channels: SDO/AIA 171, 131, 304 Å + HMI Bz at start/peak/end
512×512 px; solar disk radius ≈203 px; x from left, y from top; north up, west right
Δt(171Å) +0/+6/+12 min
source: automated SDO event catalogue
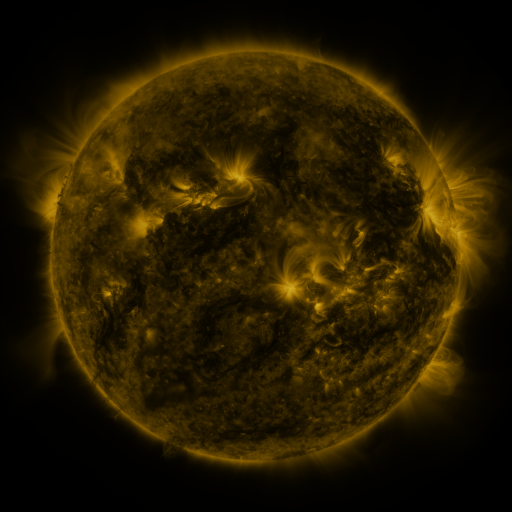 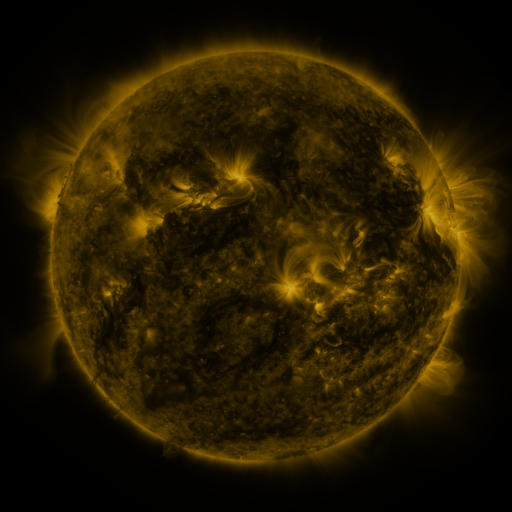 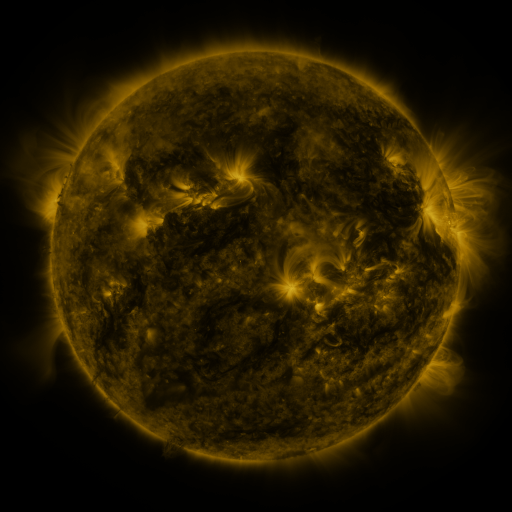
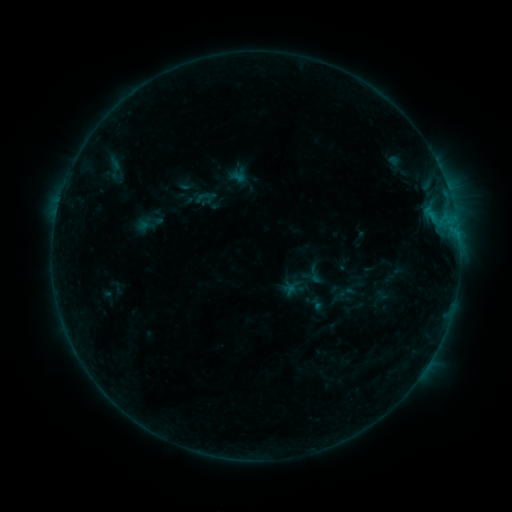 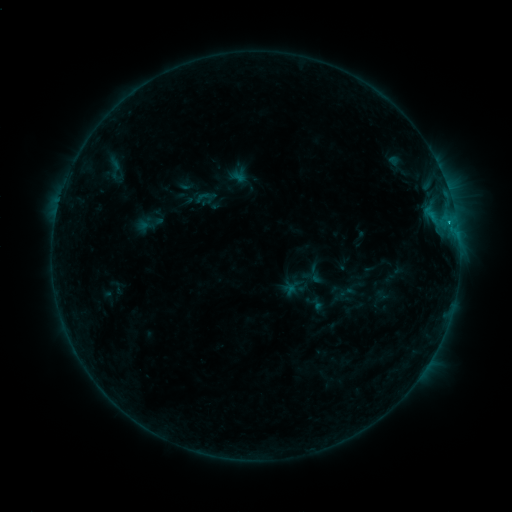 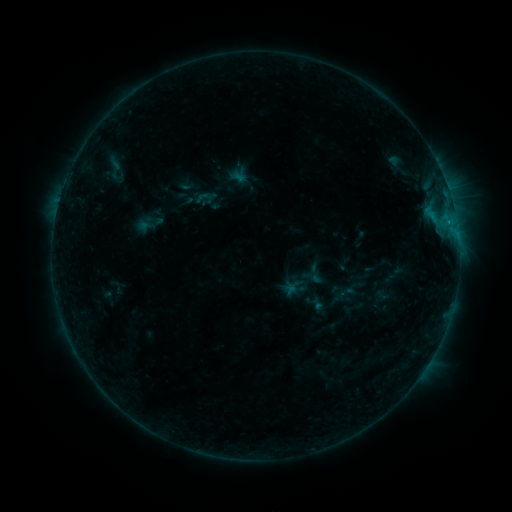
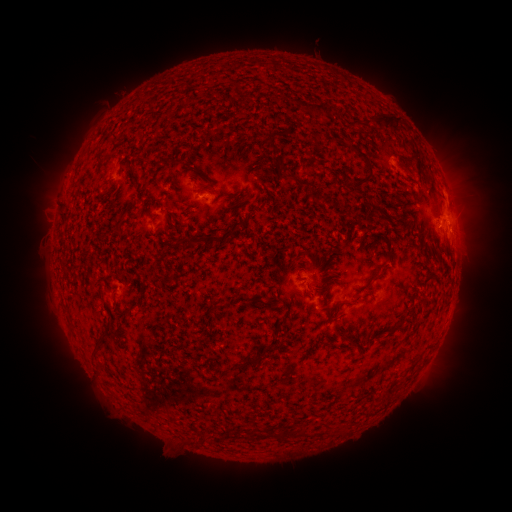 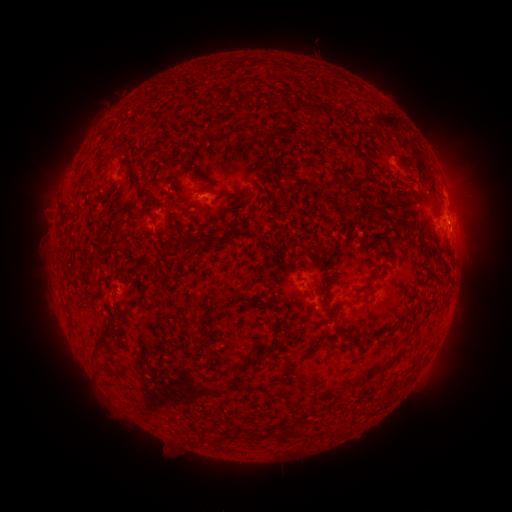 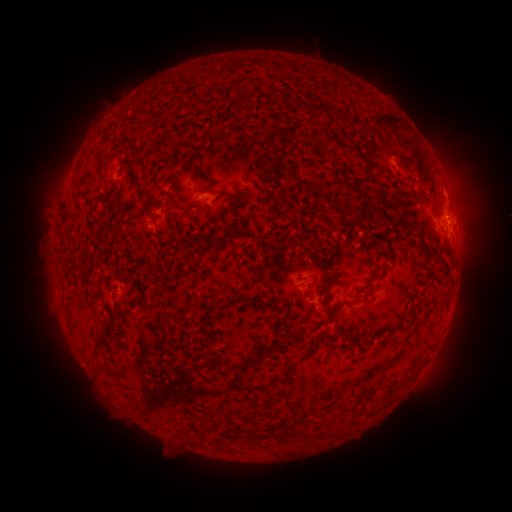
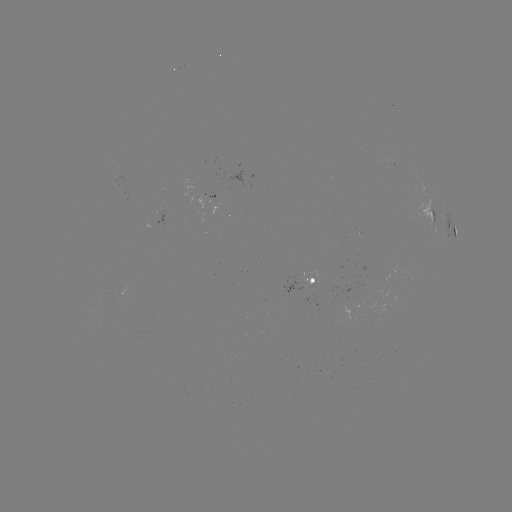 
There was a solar flare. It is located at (446, 225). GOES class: B5.6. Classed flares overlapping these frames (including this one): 1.